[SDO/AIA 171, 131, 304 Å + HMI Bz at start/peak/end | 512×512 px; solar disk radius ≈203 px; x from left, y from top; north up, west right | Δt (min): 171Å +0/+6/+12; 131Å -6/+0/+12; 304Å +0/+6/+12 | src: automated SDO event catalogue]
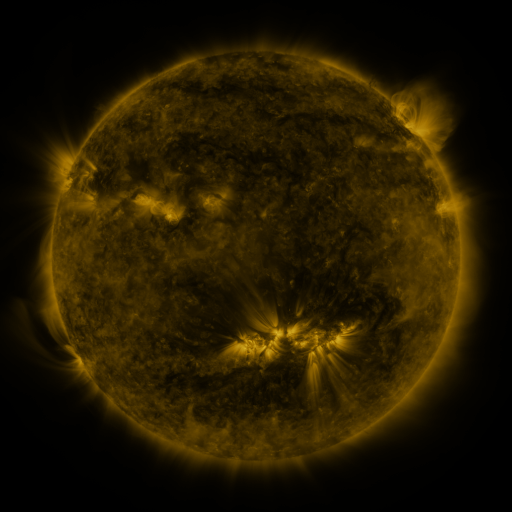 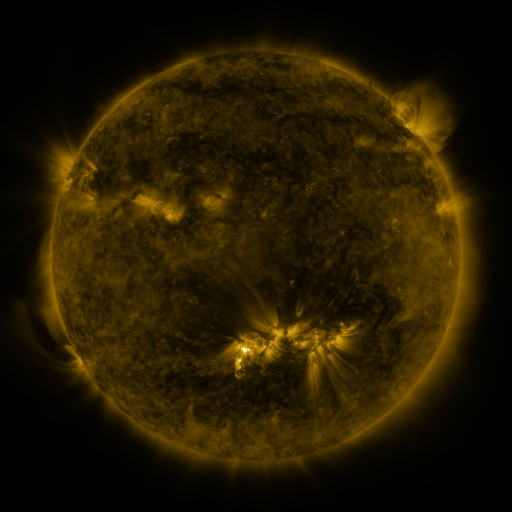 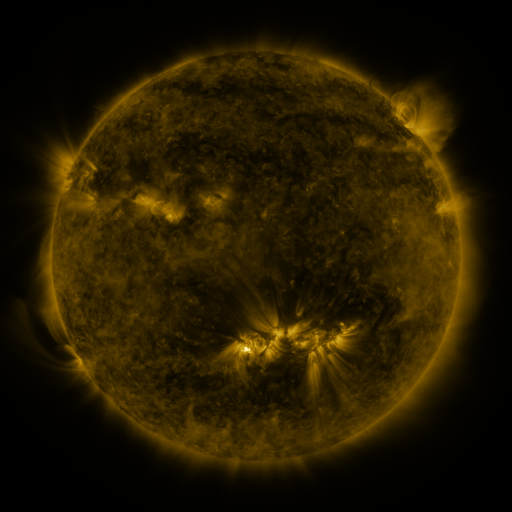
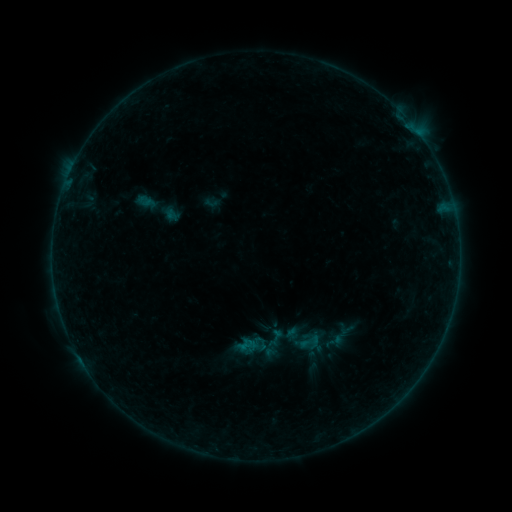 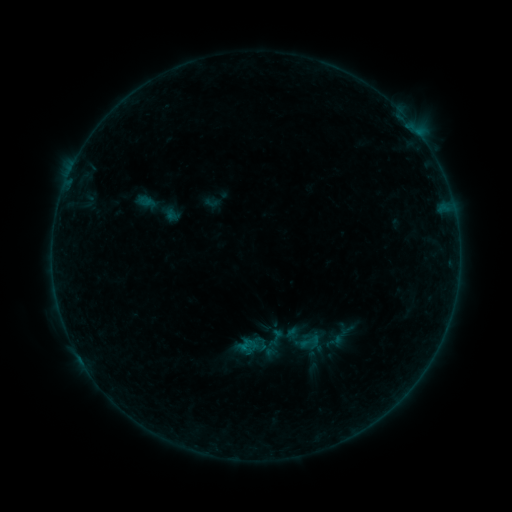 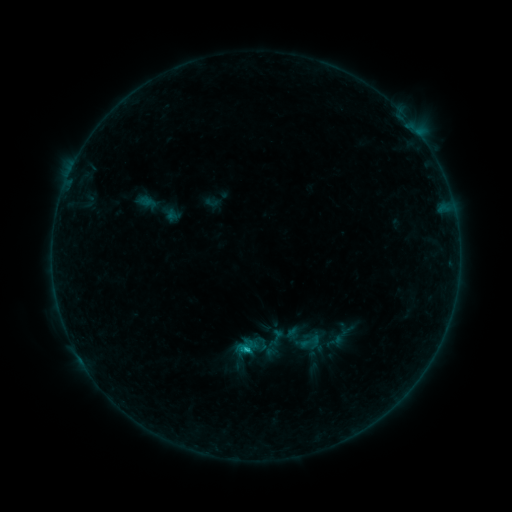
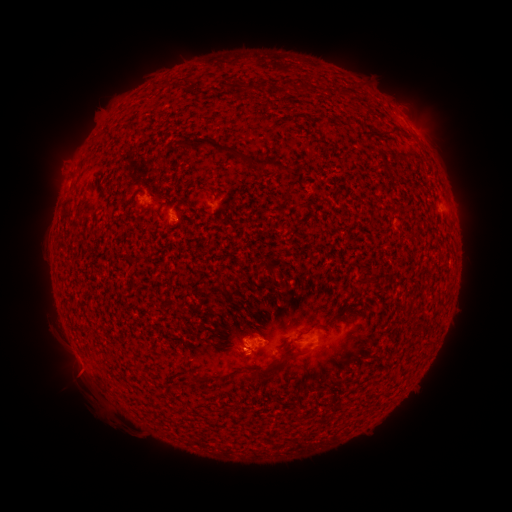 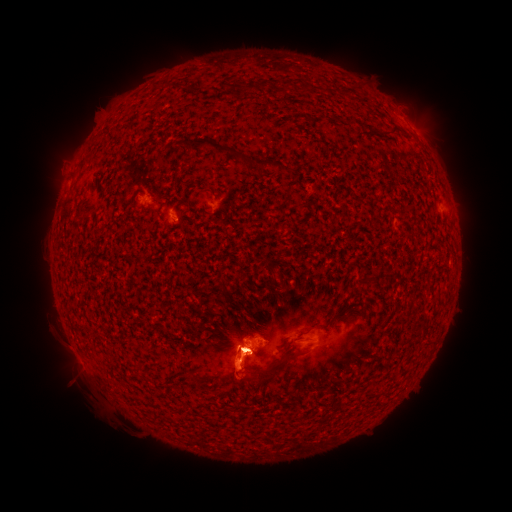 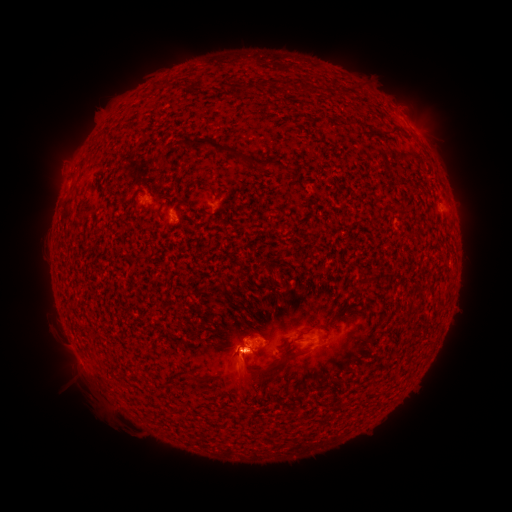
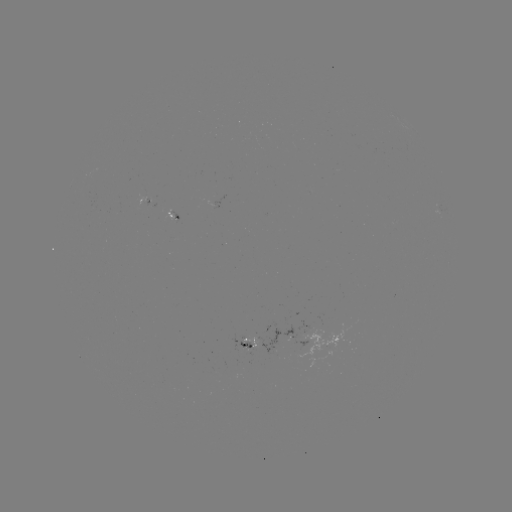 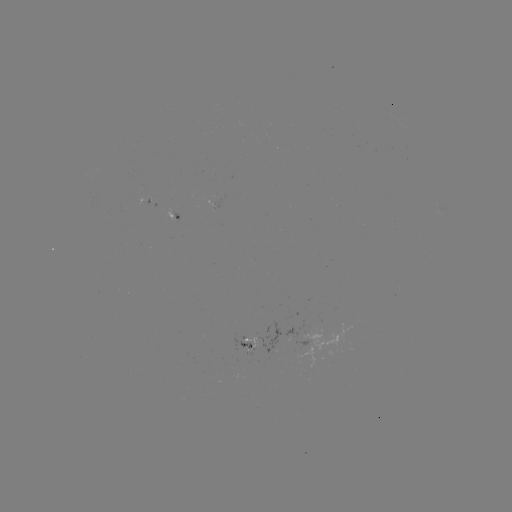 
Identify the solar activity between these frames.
C4.6 flare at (249, 352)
